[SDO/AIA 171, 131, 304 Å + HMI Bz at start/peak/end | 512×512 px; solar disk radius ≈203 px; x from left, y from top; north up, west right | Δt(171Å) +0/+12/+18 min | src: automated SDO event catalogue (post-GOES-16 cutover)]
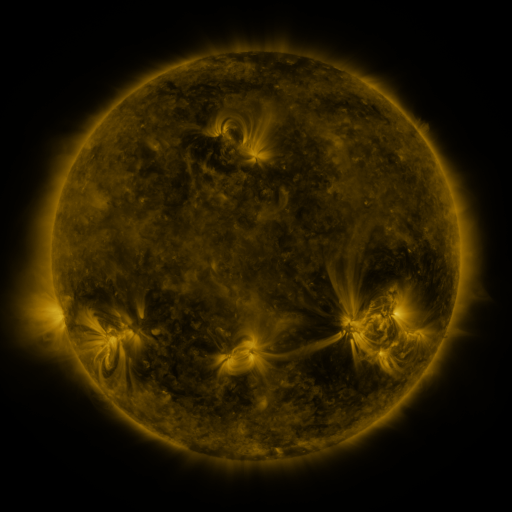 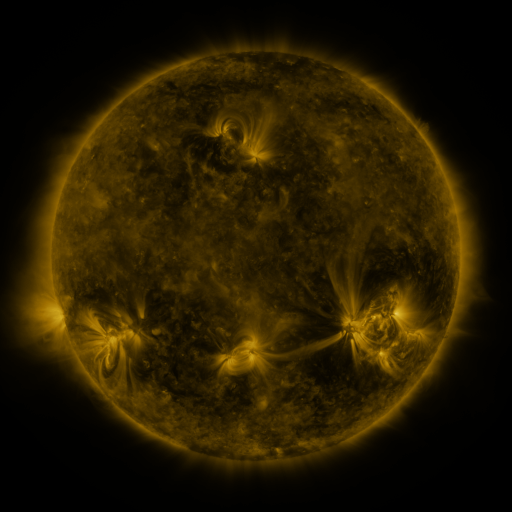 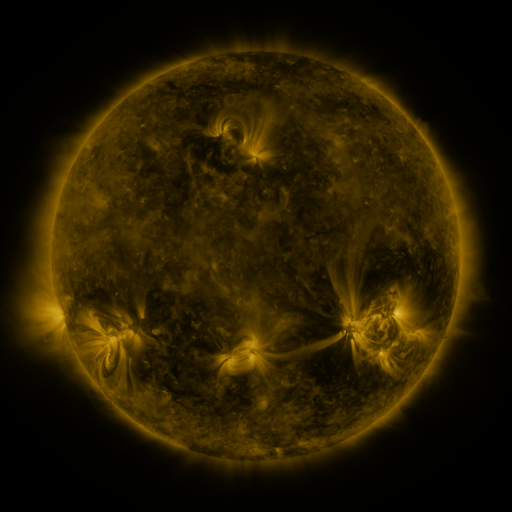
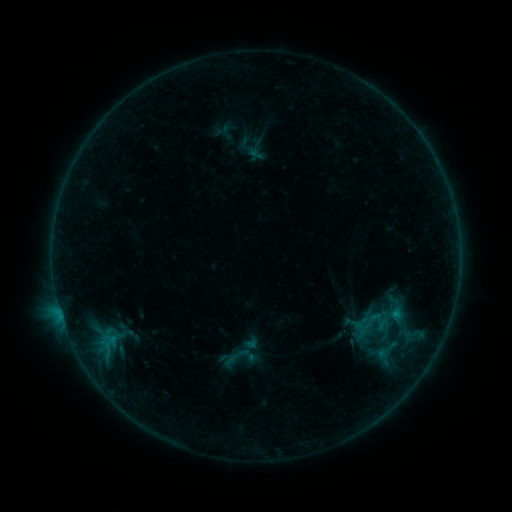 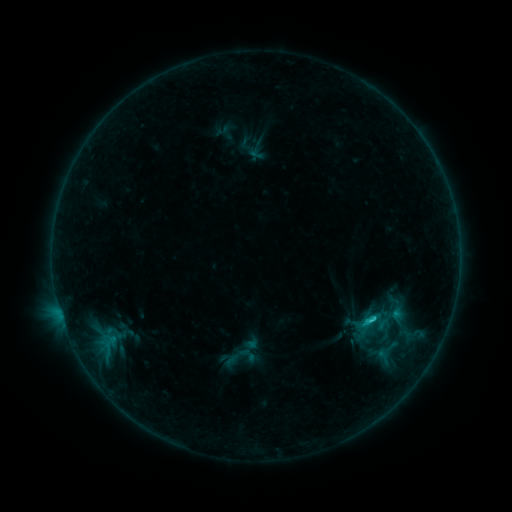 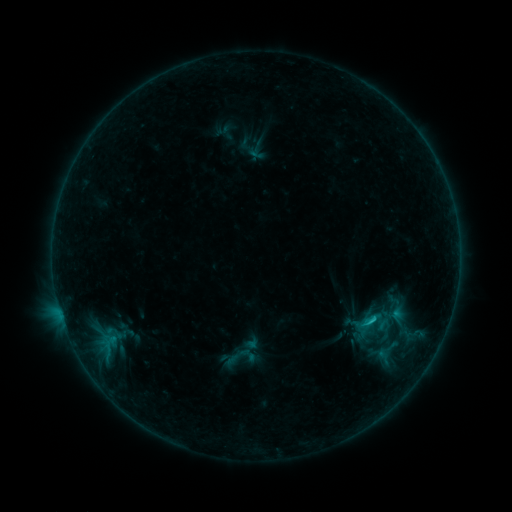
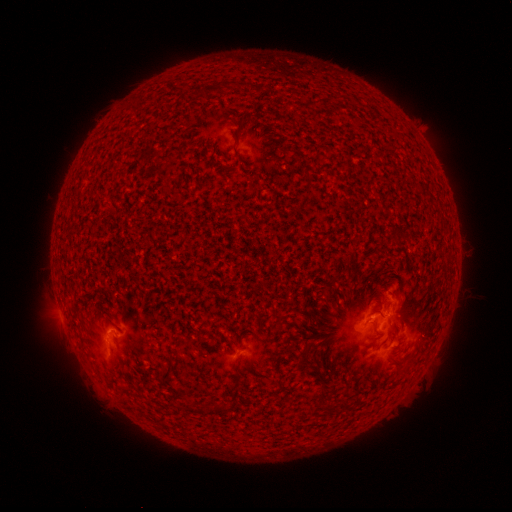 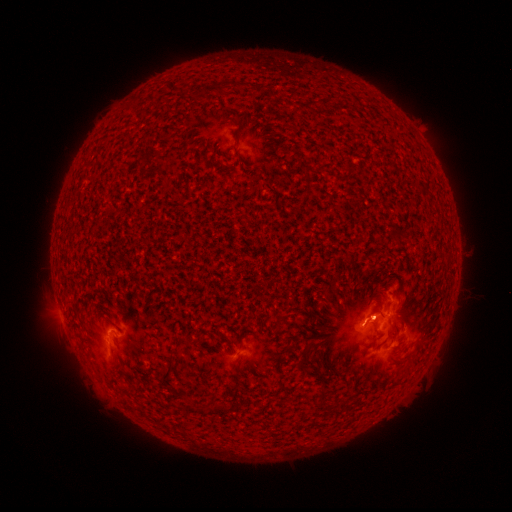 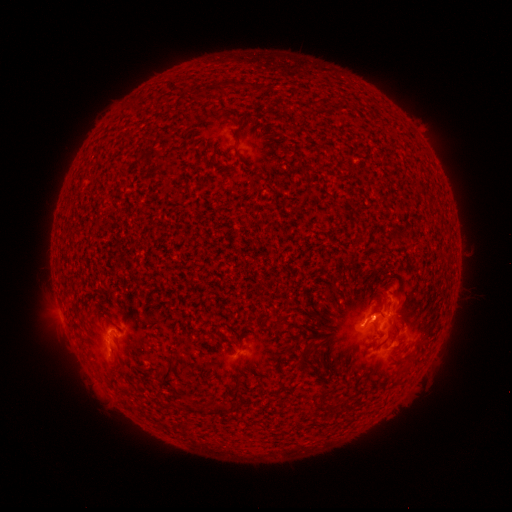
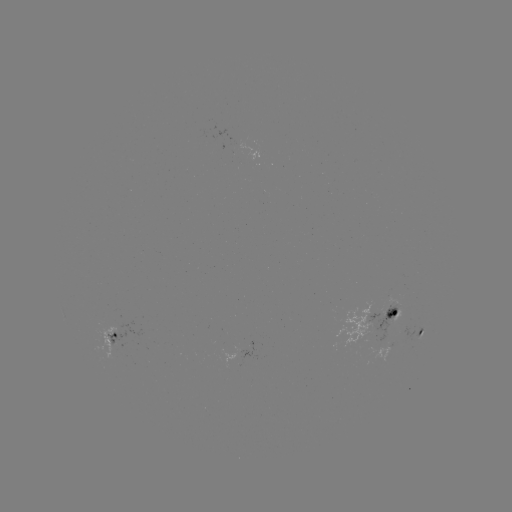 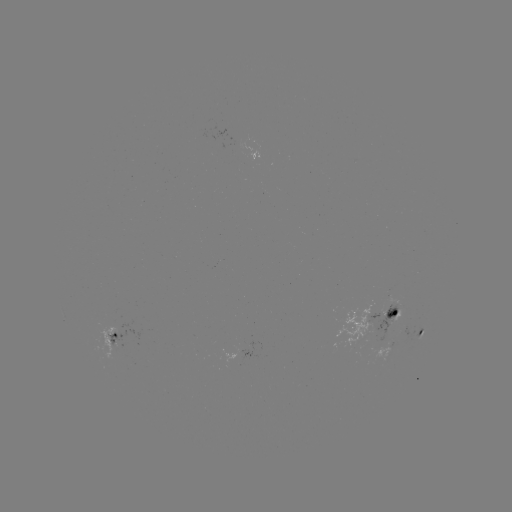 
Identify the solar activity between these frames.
C1.7 flare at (373, 317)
